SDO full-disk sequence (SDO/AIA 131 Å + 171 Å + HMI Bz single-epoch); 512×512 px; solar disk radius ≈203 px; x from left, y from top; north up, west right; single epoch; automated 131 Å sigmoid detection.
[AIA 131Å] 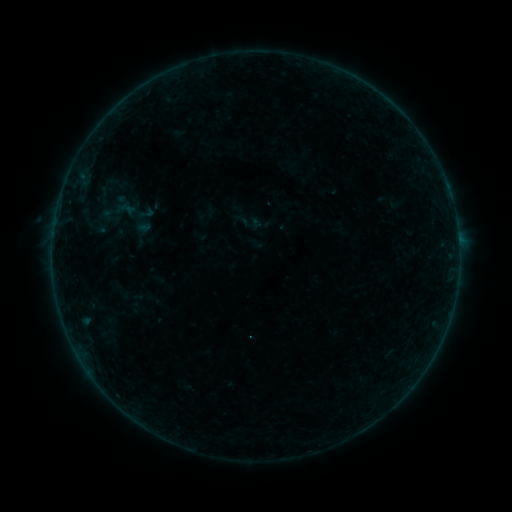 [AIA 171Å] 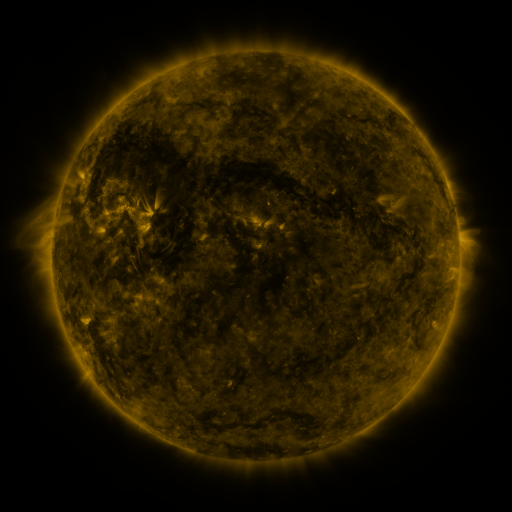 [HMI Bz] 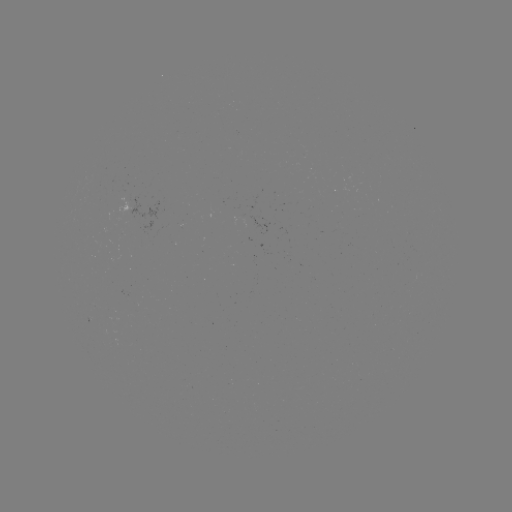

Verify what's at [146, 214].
sigmoid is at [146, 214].